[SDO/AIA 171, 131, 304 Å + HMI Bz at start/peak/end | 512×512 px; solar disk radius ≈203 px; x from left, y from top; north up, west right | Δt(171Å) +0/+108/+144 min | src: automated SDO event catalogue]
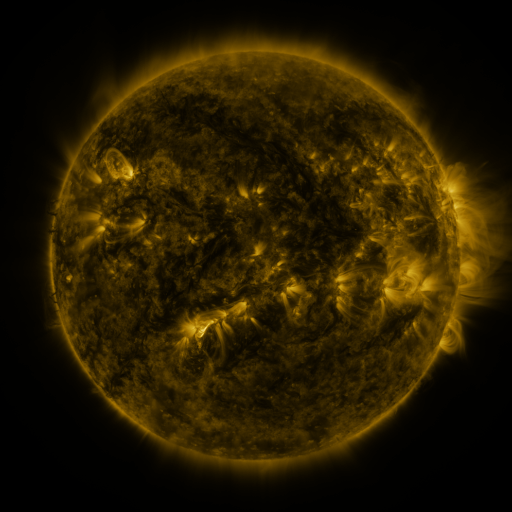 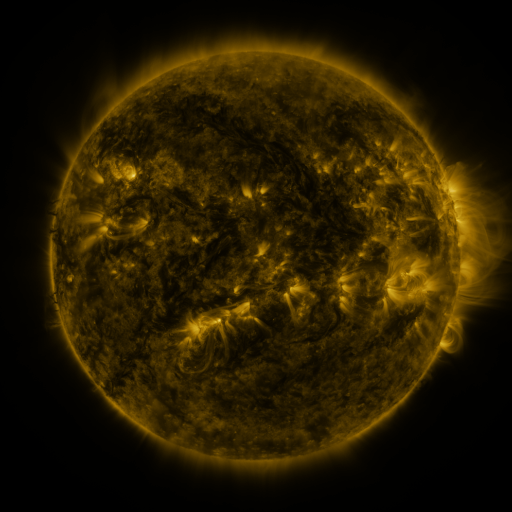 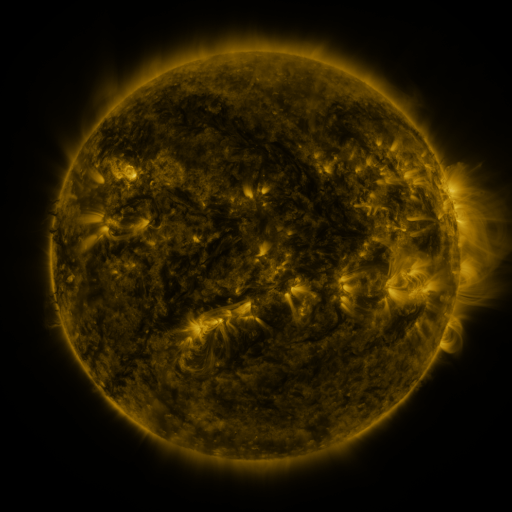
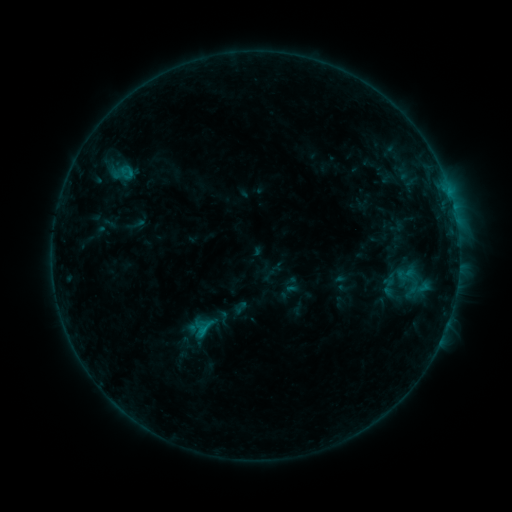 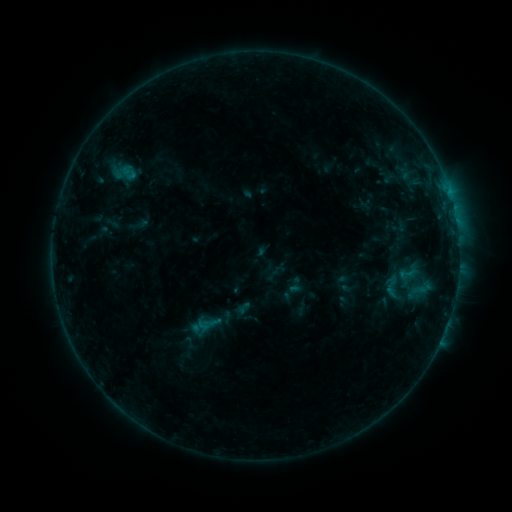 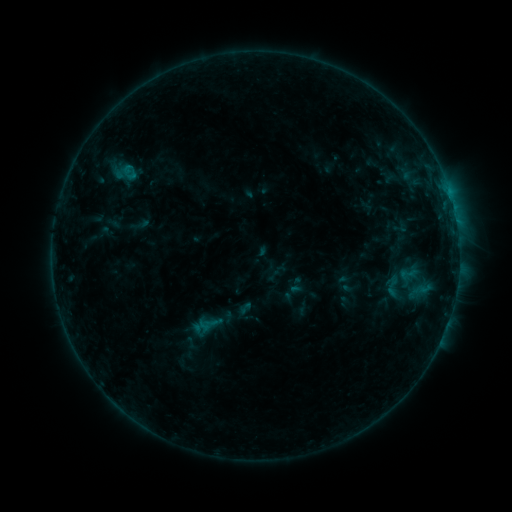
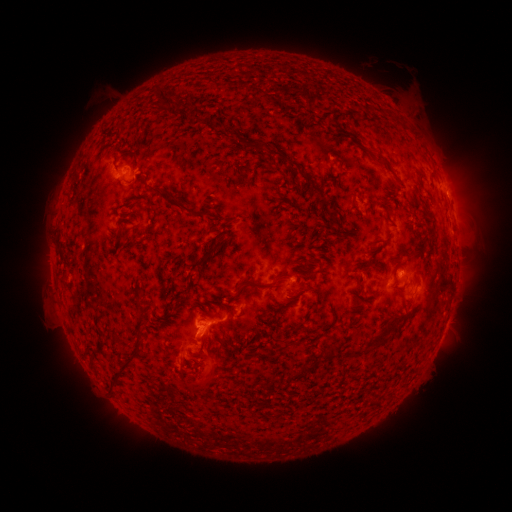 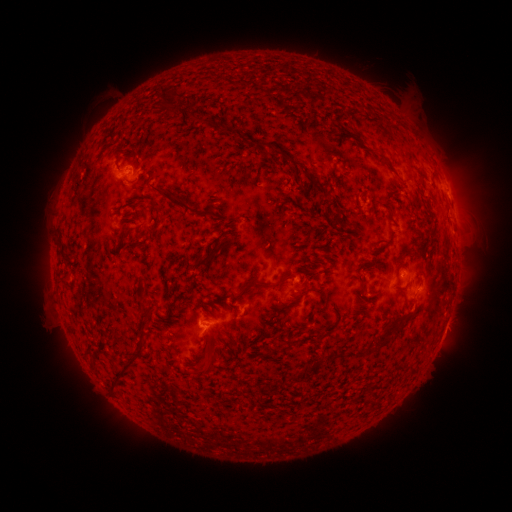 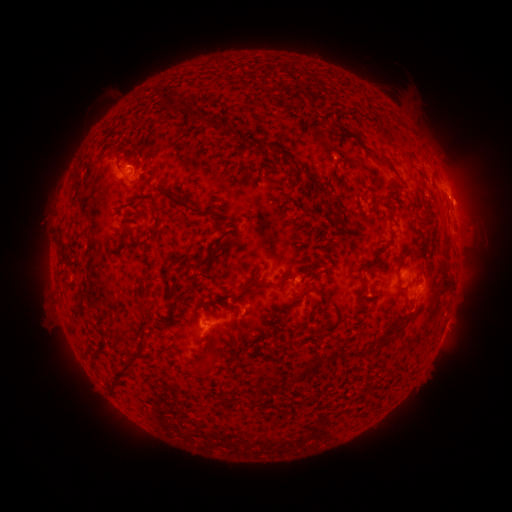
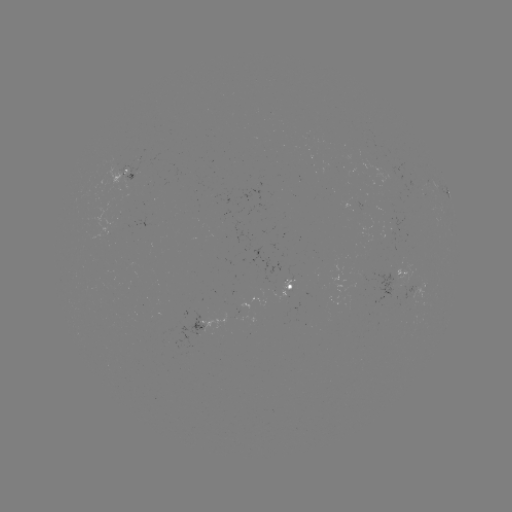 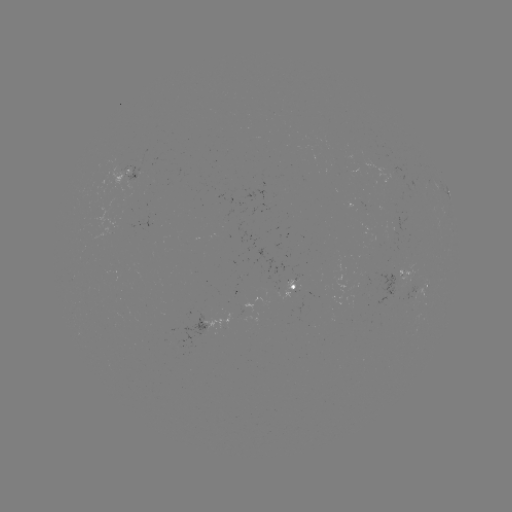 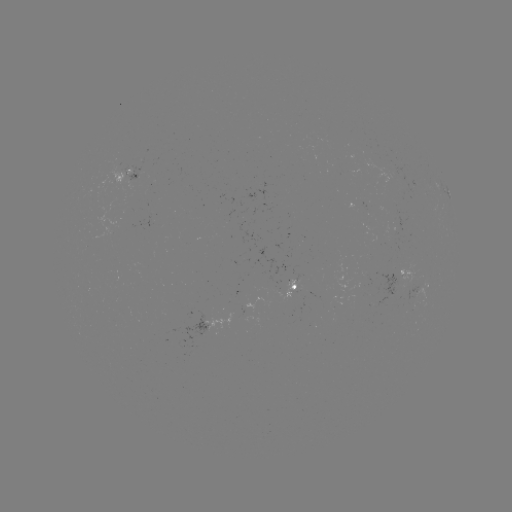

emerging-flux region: (363, 272, 370, 285)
